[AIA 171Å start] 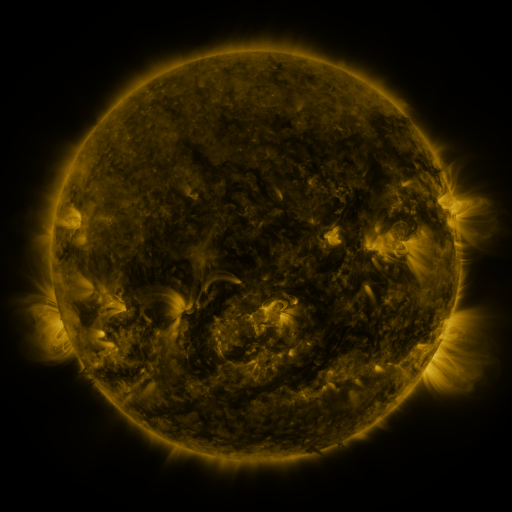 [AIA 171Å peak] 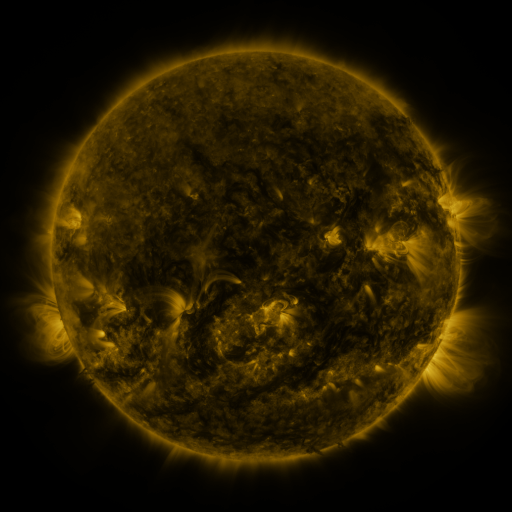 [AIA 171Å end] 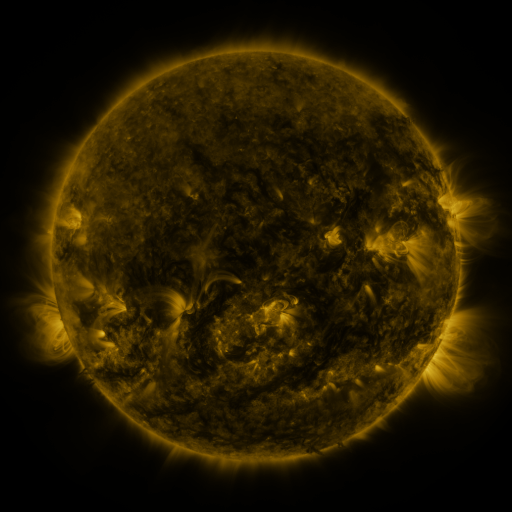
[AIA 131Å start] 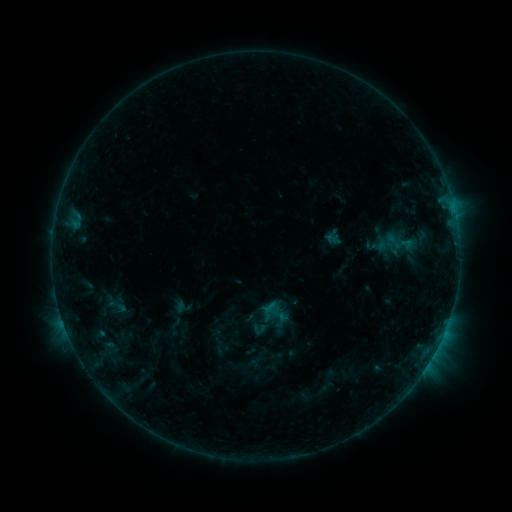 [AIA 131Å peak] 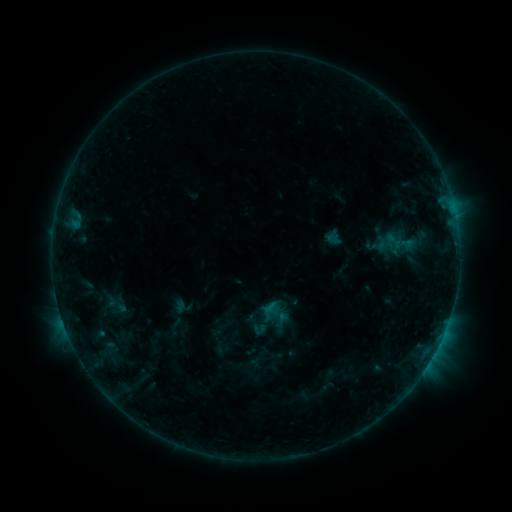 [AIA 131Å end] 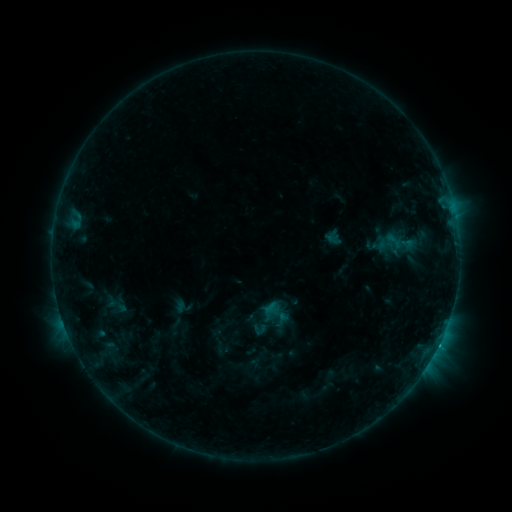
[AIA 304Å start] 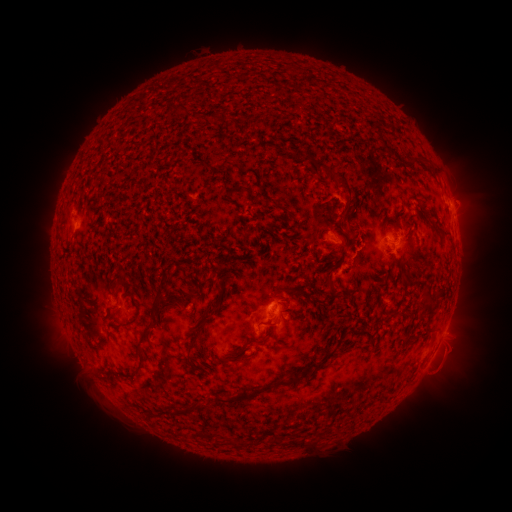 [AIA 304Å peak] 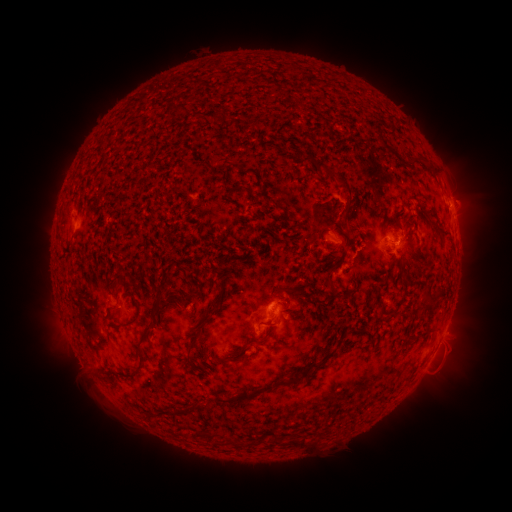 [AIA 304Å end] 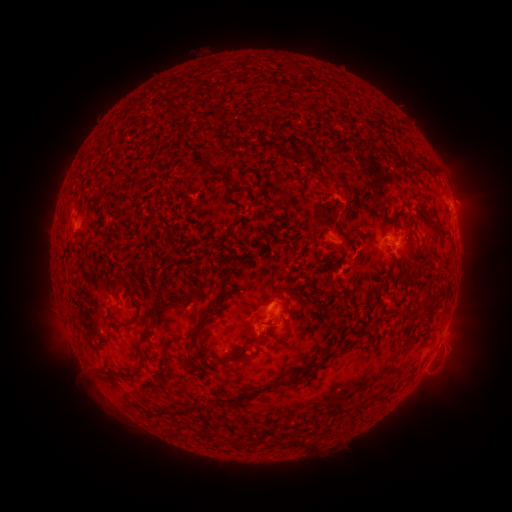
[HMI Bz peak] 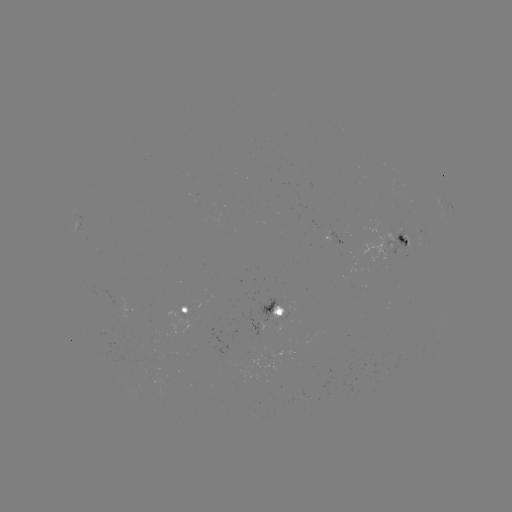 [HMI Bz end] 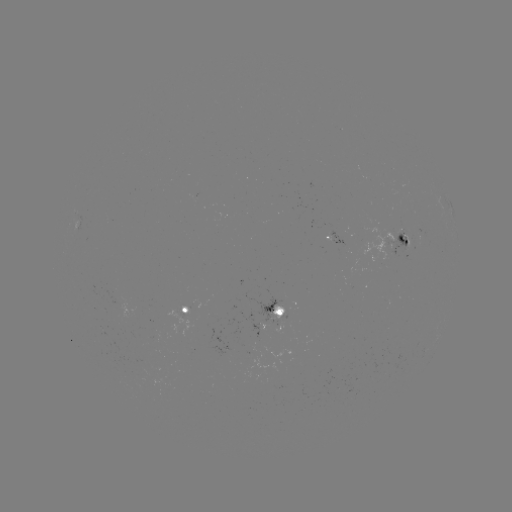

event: flare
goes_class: B7.3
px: (439, 342)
